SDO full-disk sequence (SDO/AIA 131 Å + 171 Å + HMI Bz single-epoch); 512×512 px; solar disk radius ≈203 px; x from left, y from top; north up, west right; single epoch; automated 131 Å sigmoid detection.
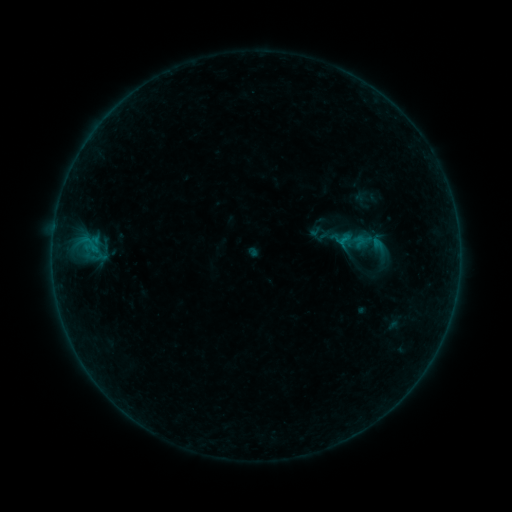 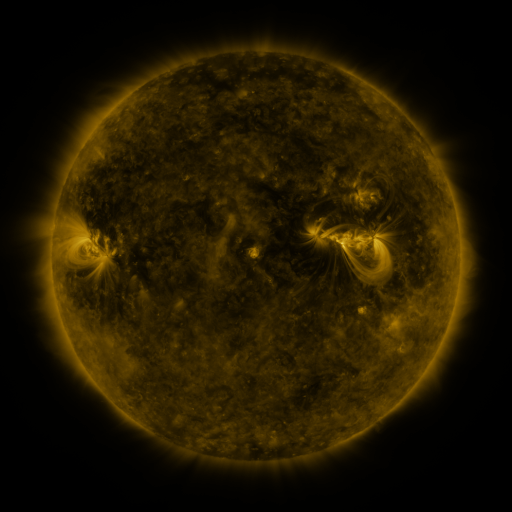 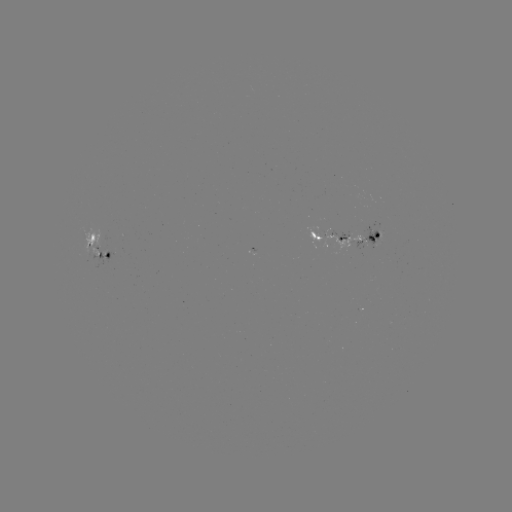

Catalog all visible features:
sigmoid: (343, 239)
